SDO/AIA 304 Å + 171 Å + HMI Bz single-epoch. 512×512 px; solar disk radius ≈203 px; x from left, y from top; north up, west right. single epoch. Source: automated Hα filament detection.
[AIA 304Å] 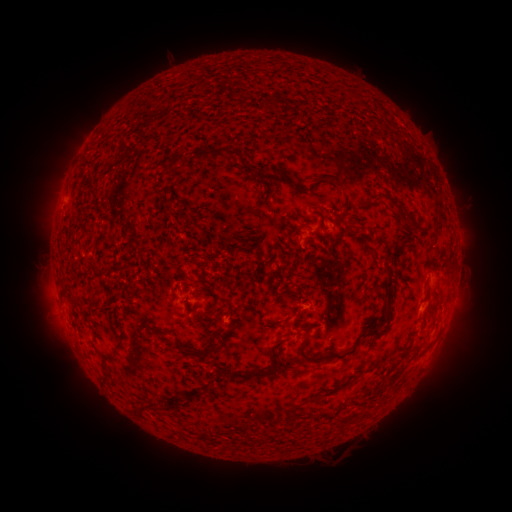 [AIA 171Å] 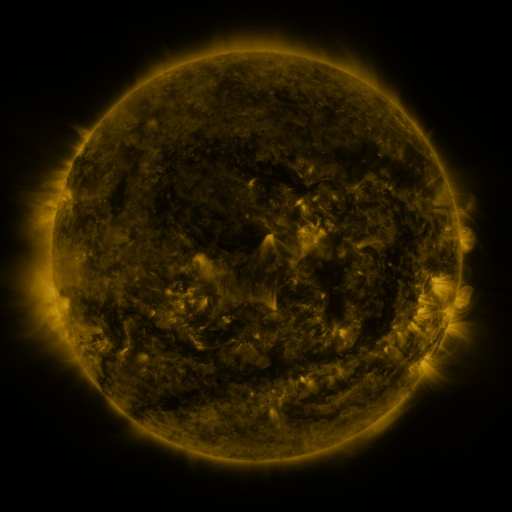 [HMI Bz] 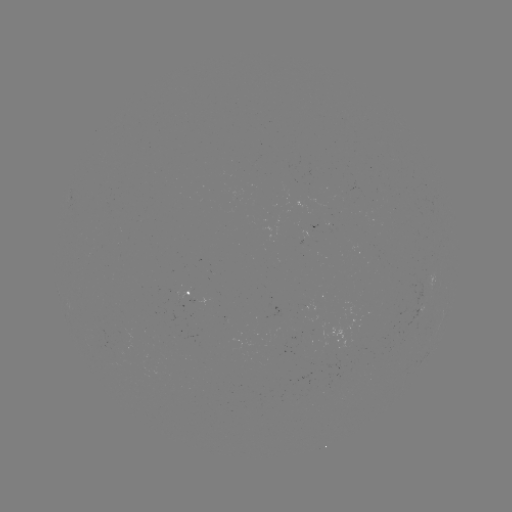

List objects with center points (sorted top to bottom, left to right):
filament: (269, 104)
filament: (214, 151)
filament: (174, 162)
filament: (325, 176)
filament: (269, 178)
filament: (379, 195)
filament: (326, 211)
filament: (294, 212)
filament: (343, 215)
filament: (370, 248)
filament: (396, 250)
filament: (448, 263)
filament: (389, 286)
filament: (139, 314)
filament: (270, 329)
filament: (372, 329)
filament: (180, 346)
filament: (215, 346)
filament: (276, 351)
filament: (325, 356)
filament: (201, 357)
filament: (396, 362)
filament: (362, 369)
filament: (250, 374)
filament: (334, 389)
filament: (207, 390)
filament: (295, 410)
